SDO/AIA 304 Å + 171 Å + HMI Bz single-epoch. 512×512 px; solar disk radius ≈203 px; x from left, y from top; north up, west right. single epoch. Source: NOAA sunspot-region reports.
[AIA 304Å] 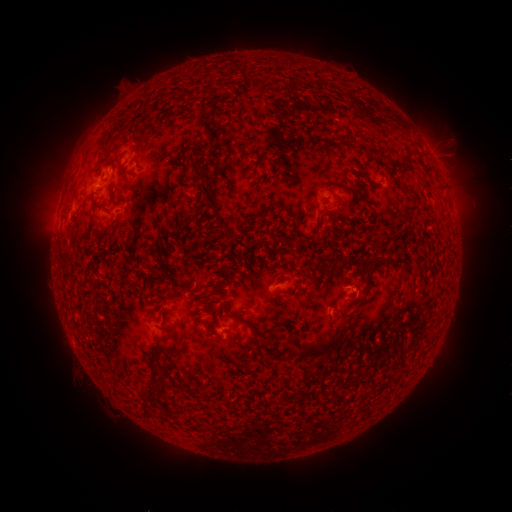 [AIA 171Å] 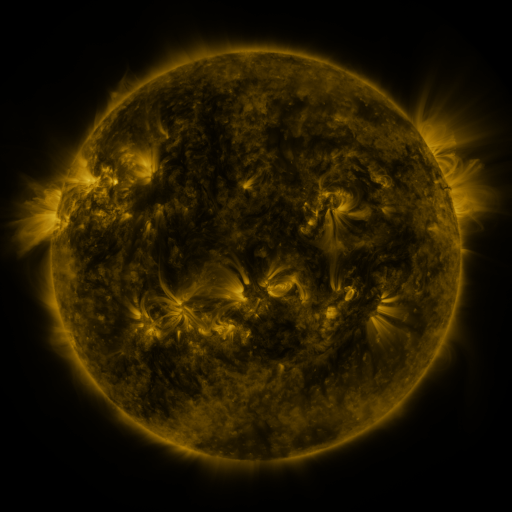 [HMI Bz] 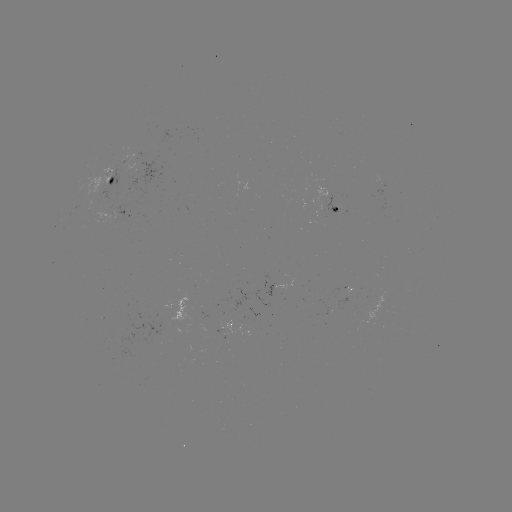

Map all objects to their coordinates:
spotted active region: (135, 184)
spotted active region: (341, 209)
spotted active region: (227, 326)
